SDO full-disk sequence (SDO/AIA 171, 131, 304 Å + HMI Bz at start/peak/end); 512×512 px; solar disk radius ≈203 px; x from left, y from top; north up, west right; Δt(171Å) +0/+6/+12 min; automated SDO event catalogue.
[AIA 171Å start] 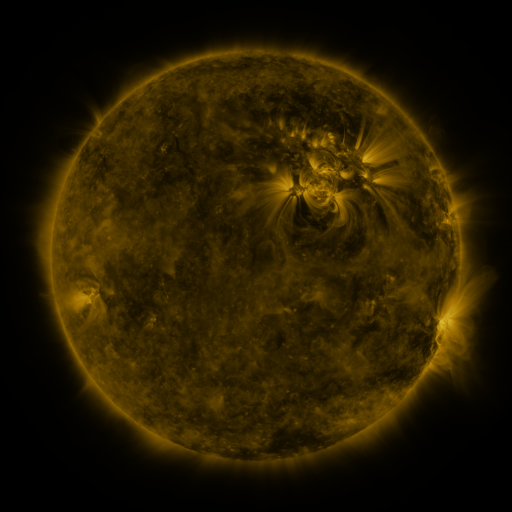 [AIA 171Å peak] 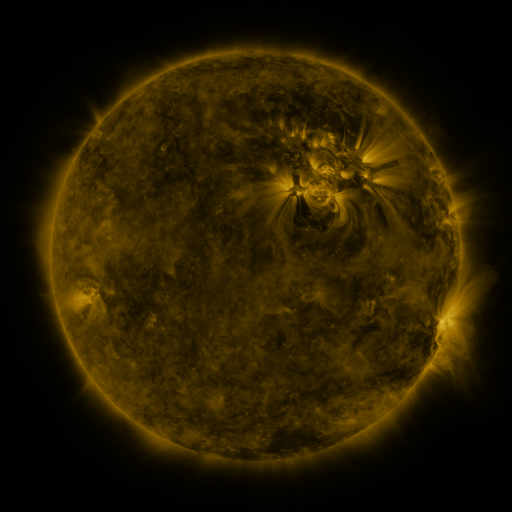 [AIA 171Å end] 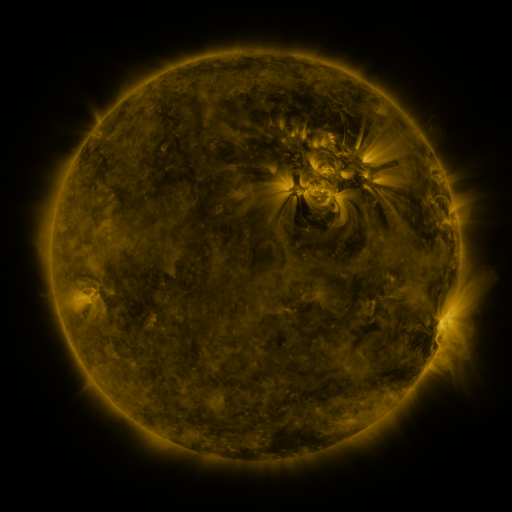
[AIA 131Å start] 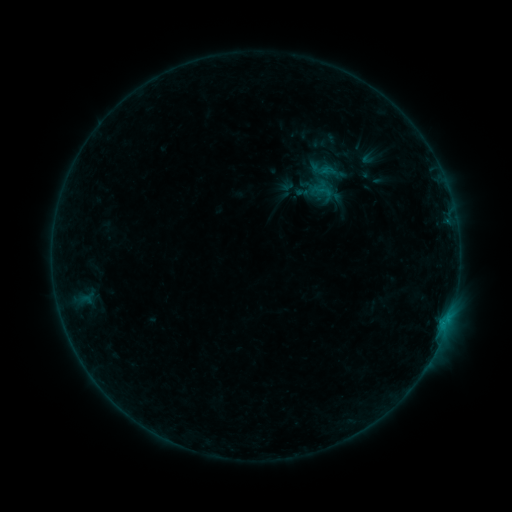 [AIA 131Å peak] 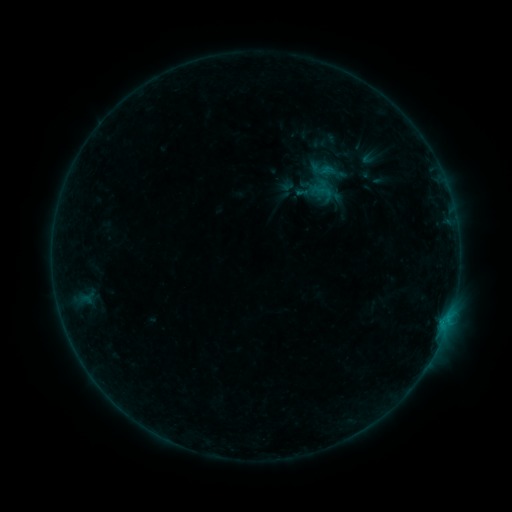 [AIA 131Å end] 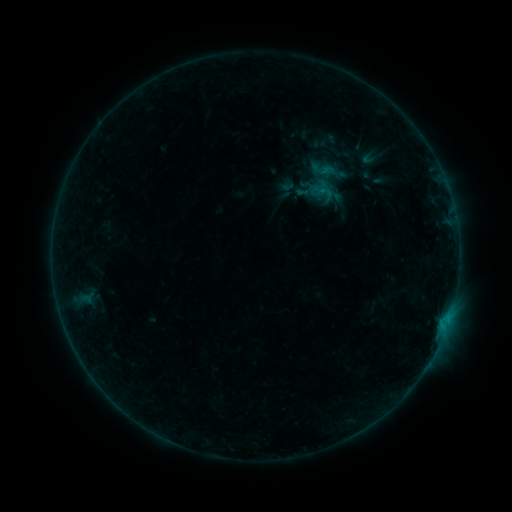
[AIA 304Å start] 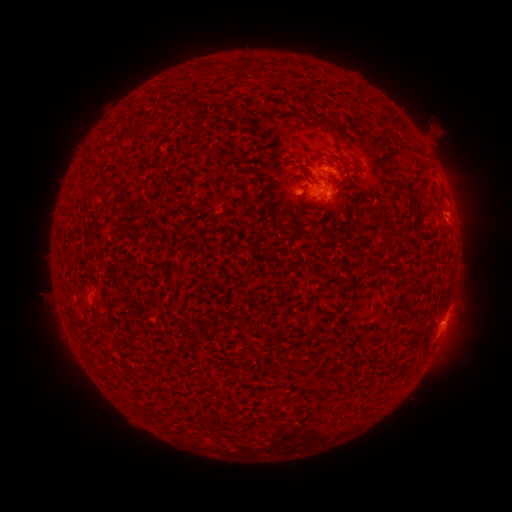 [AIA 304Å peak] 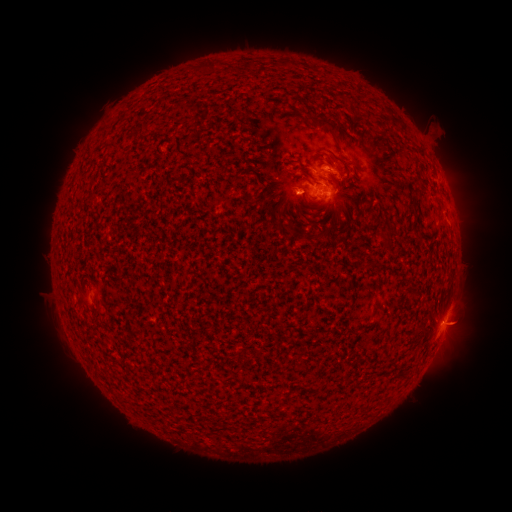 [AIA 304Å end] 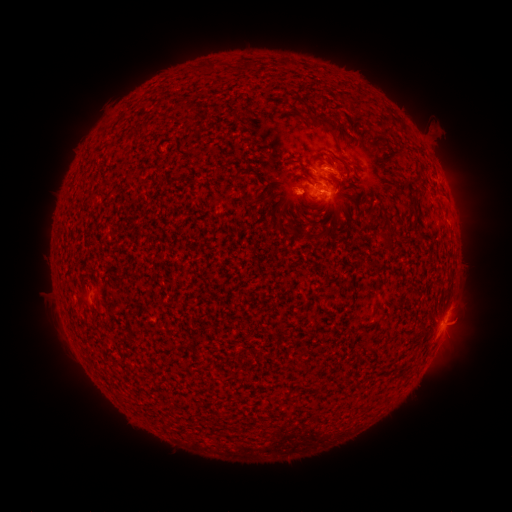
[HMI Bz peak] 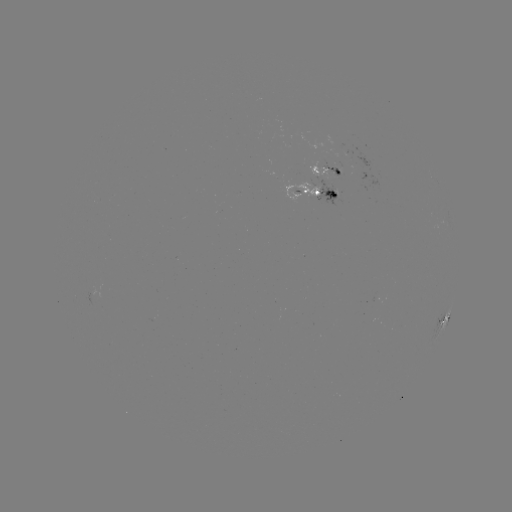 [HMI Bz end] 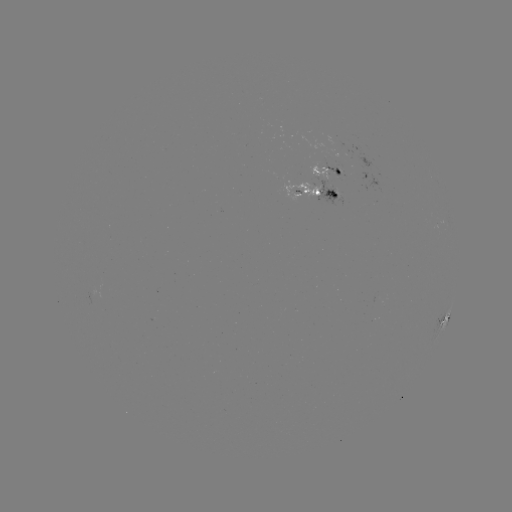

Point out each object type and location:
B7.9 flare: (301, 228)
